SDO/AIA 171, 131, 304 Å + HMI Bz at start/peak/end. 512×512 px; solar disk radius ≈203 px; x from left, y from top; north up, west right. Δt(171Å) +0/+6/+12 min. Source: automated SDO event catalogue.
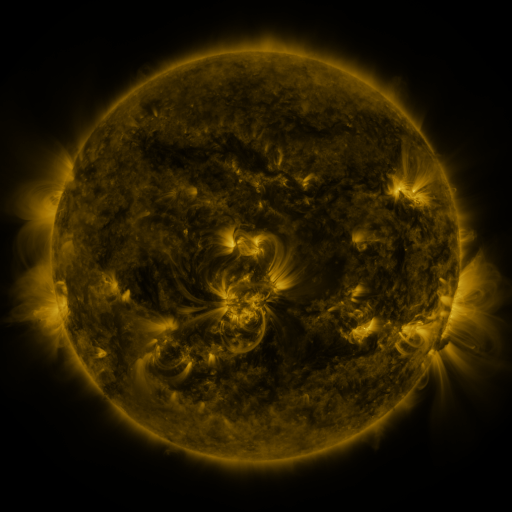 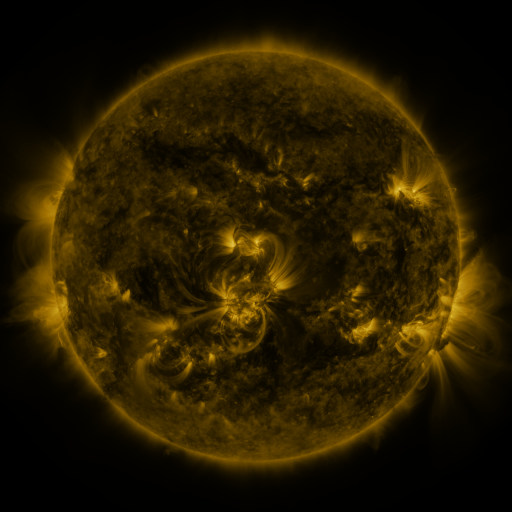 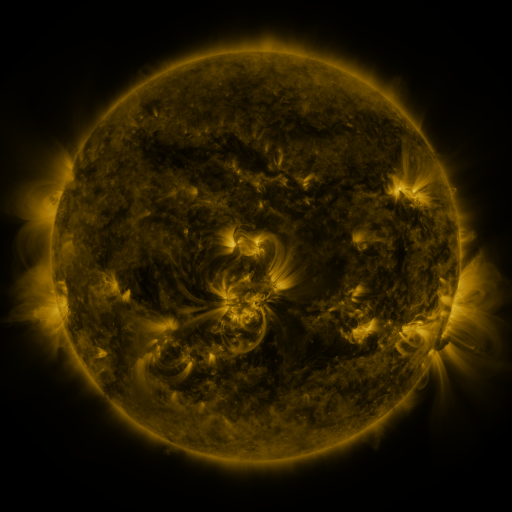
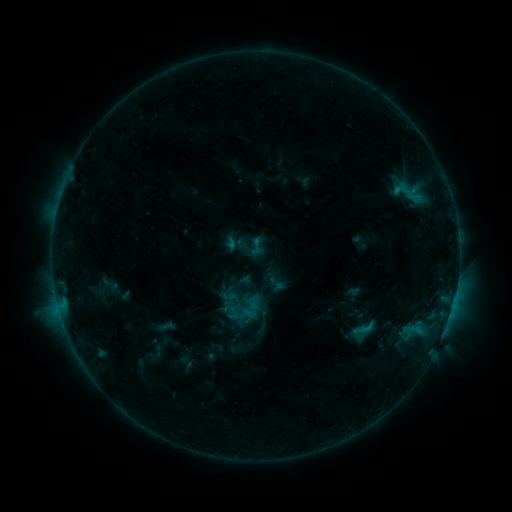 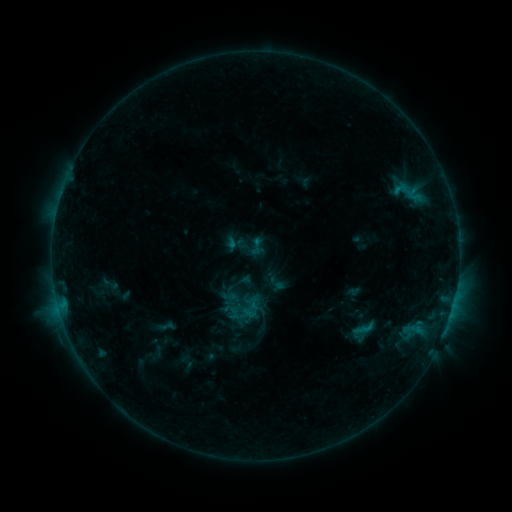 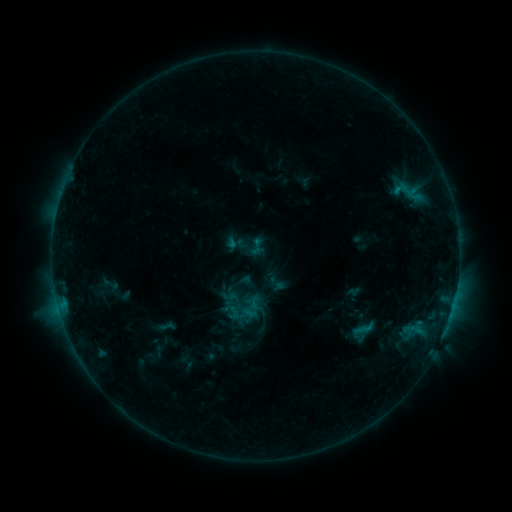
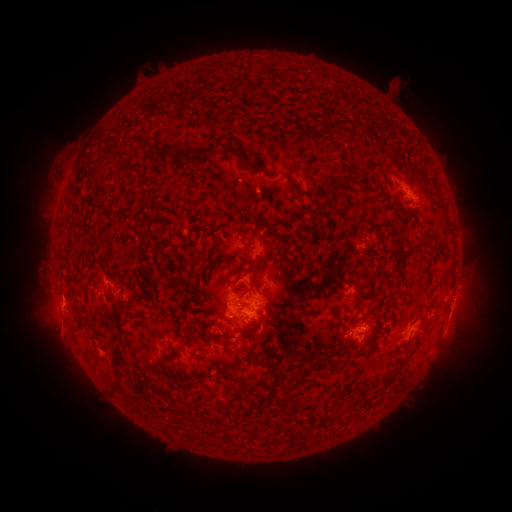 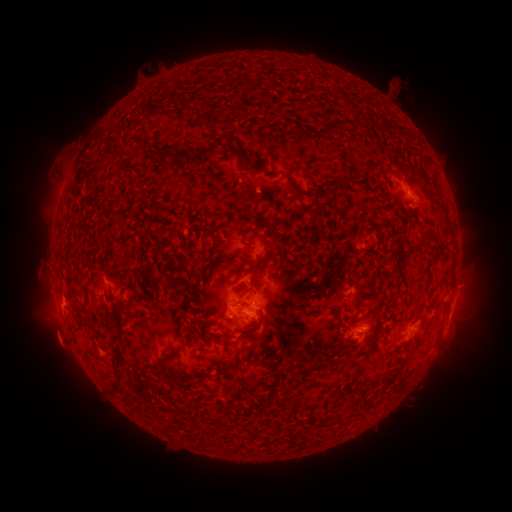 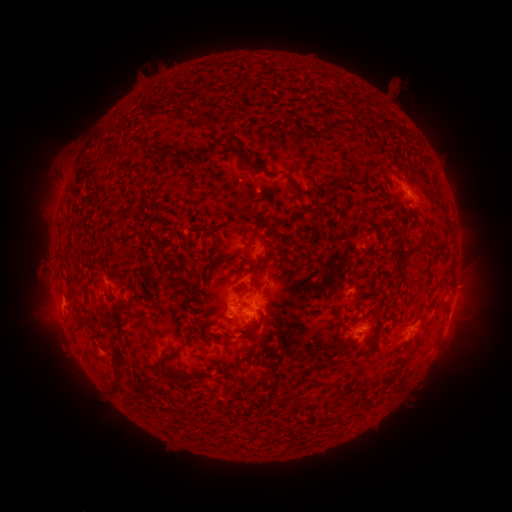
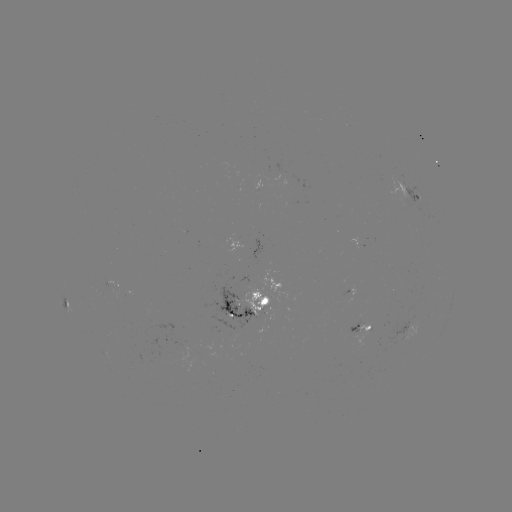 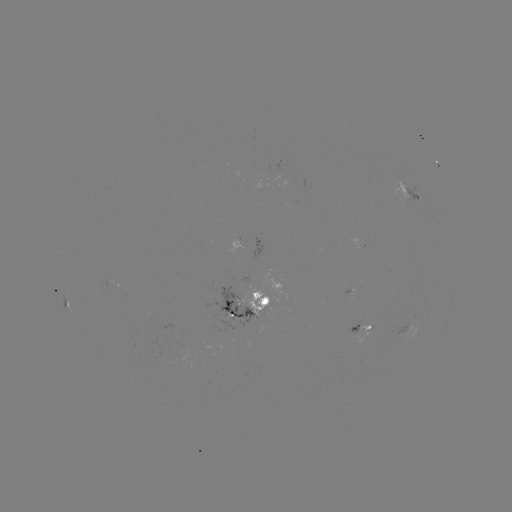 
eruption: (25, 307, 90, 374)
